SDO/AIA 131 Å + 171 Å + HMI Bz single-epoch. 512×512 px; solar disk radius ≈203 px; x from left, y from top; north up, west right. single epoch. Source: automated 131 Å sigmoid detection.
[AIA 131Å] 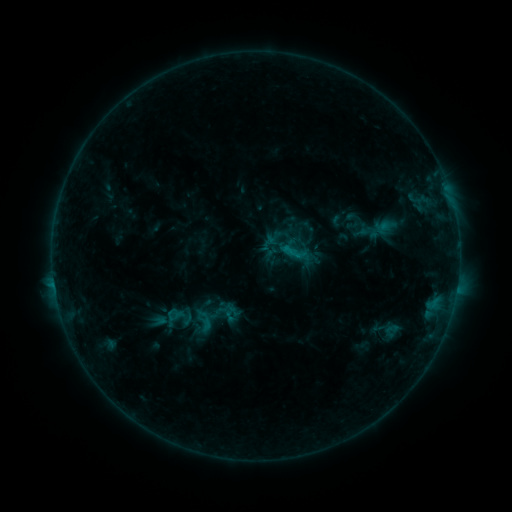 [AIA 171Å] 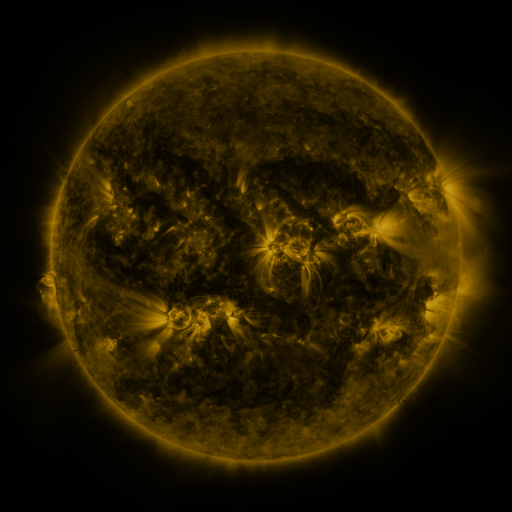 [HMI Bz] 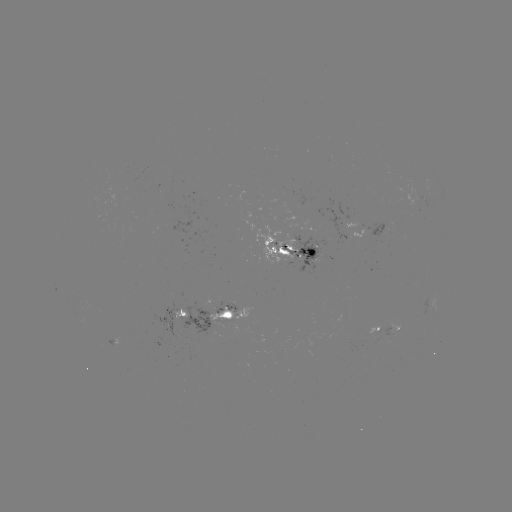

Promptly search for sigmoid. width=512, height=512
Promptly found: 293,251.